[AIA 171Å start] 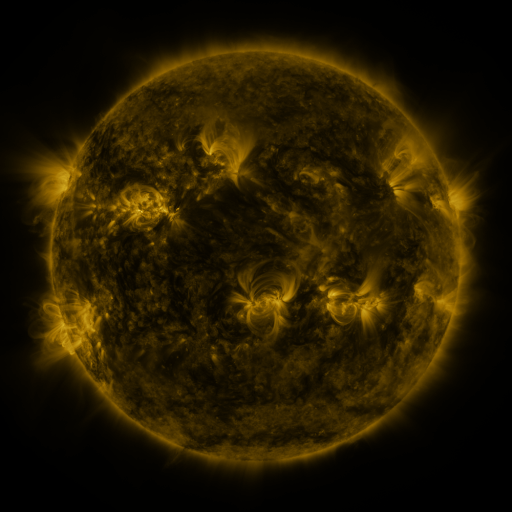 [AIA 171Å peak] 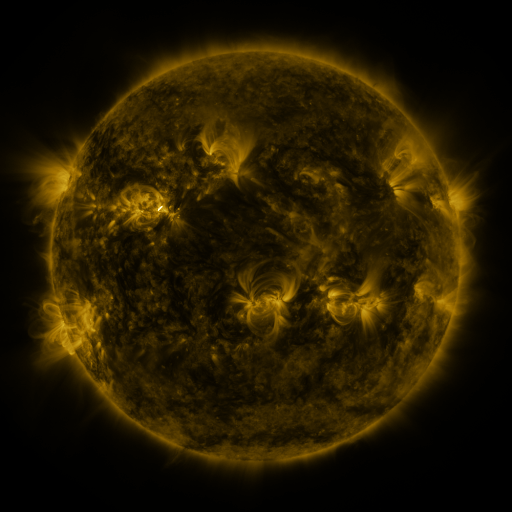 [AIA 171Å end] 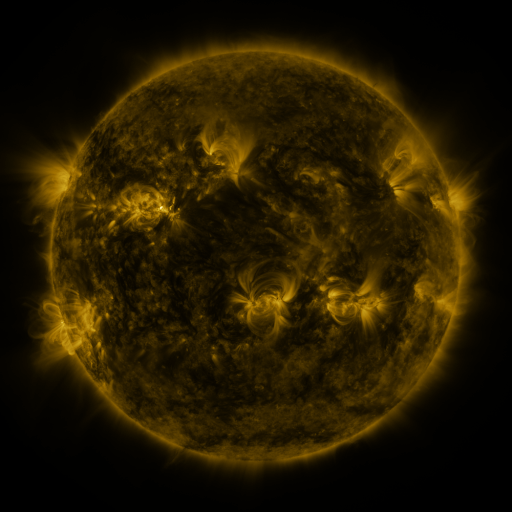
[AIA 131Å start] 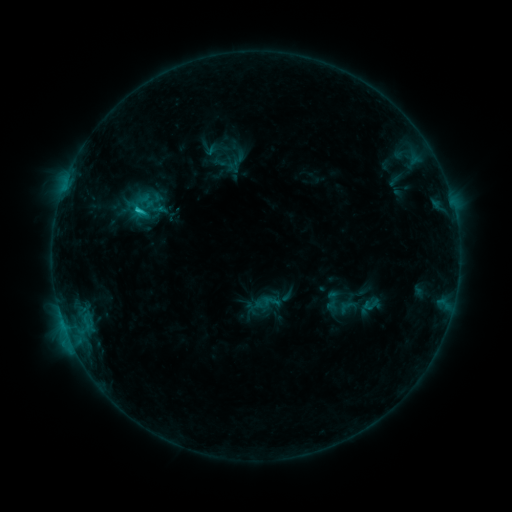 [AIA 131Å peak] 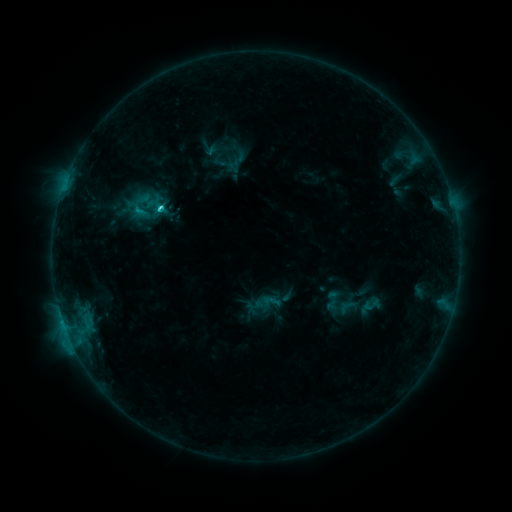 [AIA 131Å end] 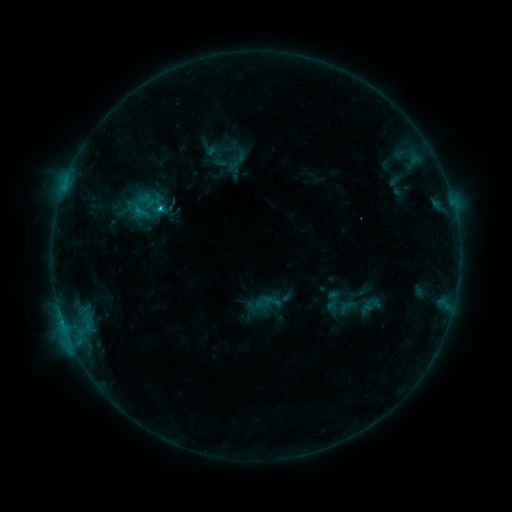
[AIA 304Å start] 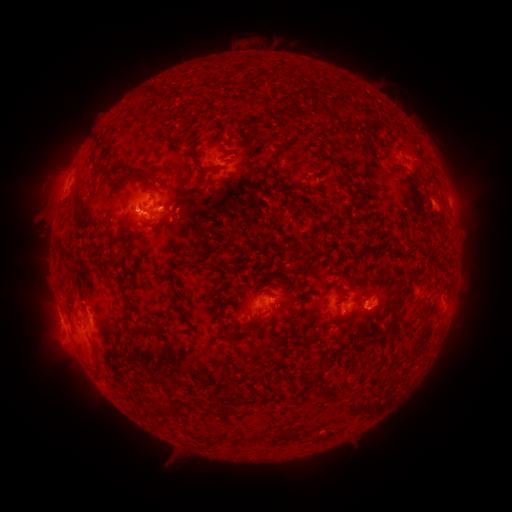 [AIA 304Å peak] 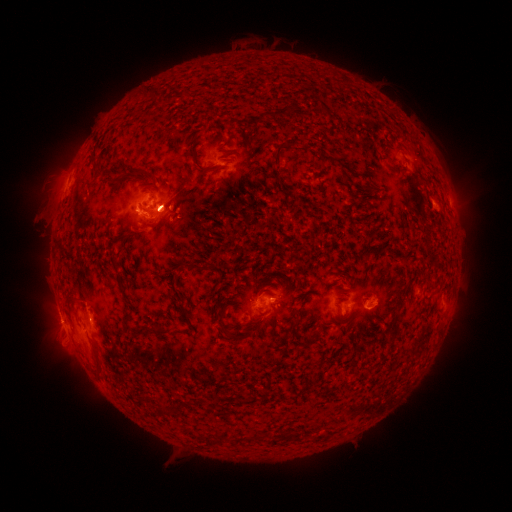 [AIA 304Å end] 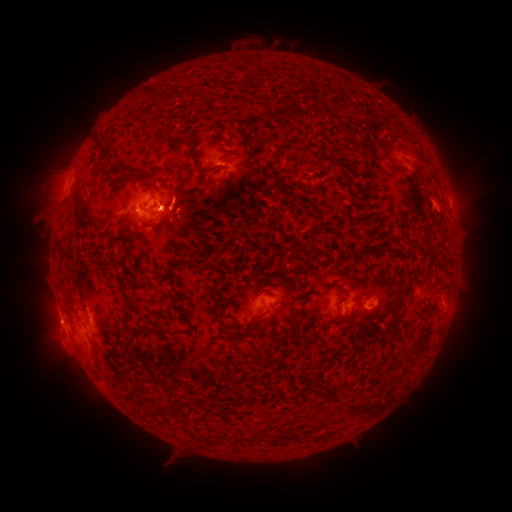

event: flare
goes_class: C3.7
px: (140, 211)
